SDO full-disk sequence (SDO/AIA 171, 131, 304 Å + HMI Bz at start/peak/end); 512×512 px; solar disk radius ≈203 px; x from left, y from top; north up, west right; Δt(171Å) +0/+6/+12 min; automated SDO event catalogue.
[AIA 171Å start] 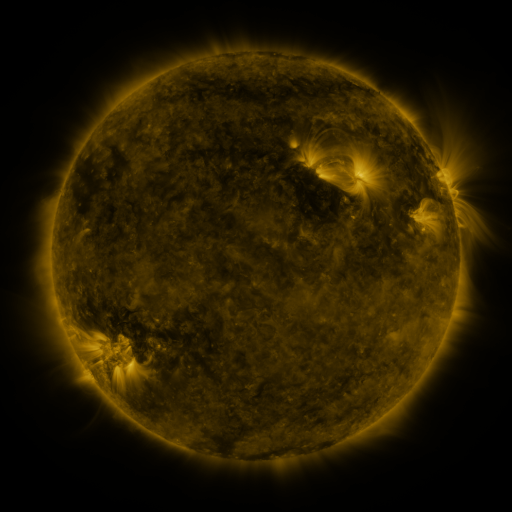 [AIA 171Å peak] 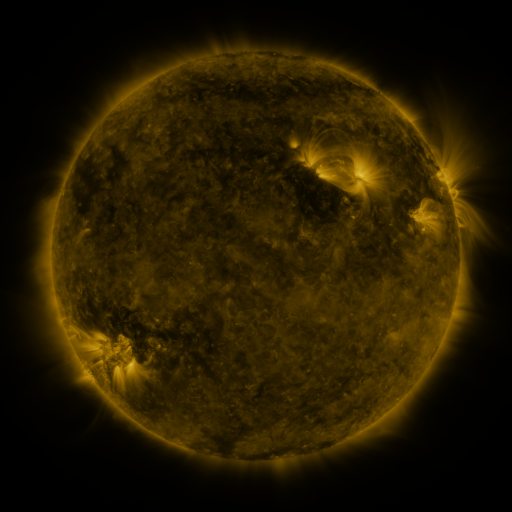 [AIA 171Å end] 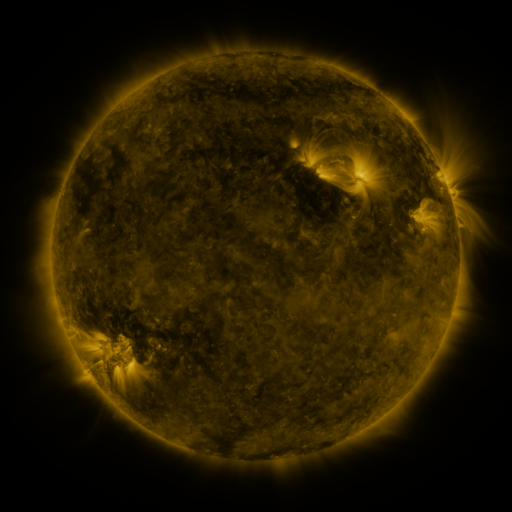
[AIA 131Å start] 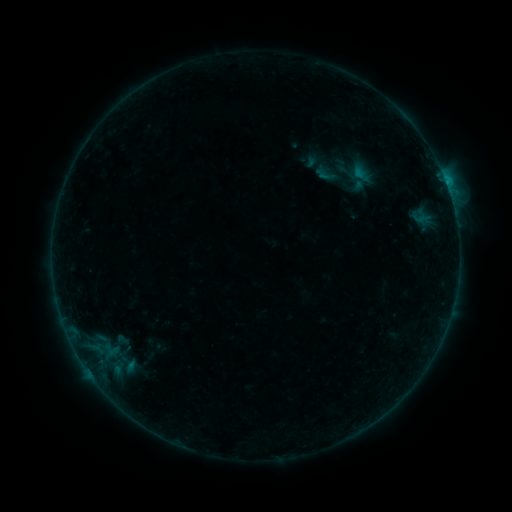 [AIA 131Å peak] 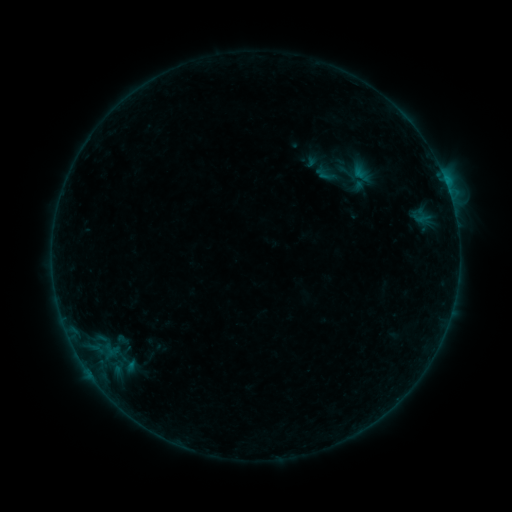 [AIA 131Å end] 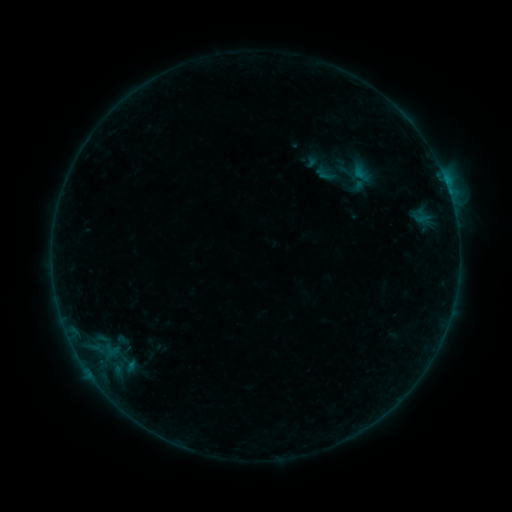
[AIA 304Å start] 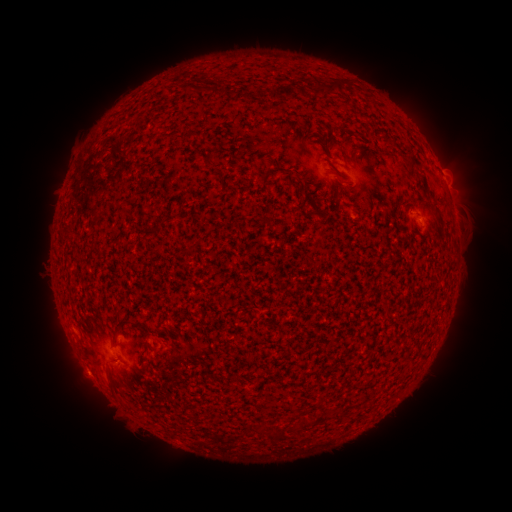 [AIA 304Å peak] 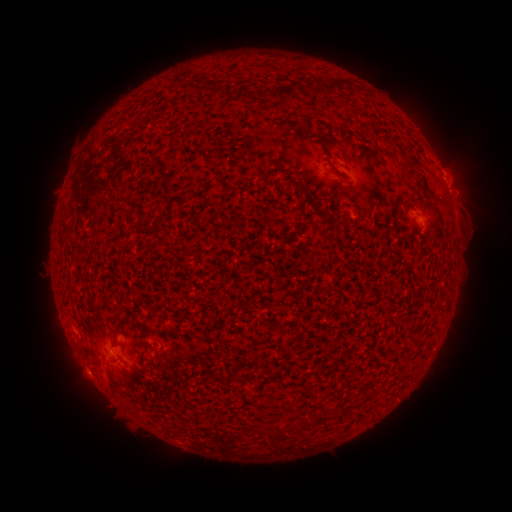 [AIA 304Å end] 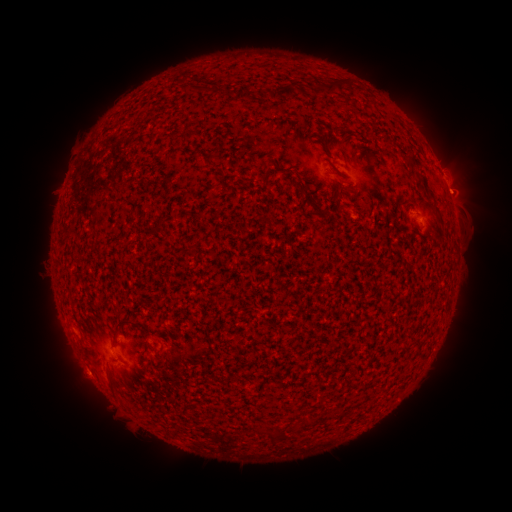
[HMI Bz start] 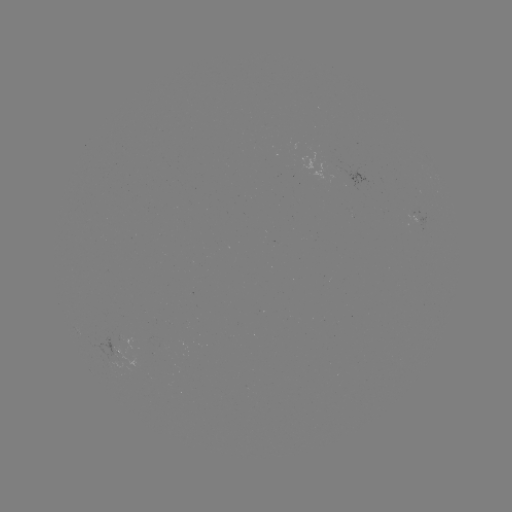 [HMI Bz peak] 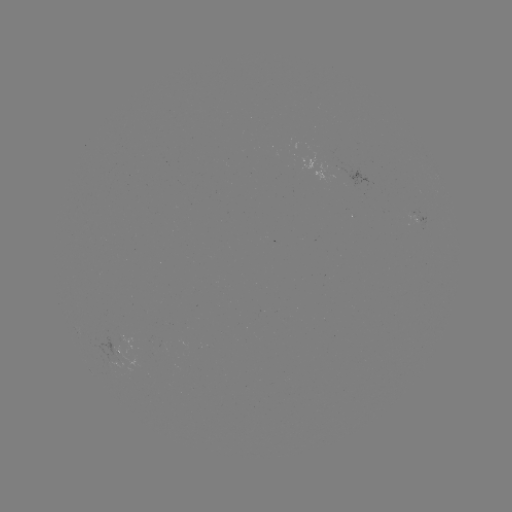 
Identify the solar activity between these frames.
eruption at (459, 191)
